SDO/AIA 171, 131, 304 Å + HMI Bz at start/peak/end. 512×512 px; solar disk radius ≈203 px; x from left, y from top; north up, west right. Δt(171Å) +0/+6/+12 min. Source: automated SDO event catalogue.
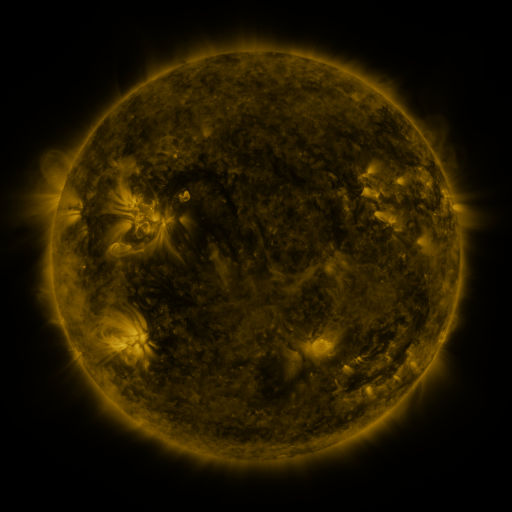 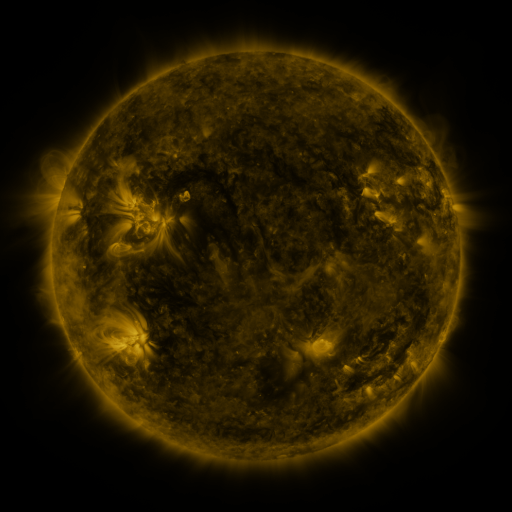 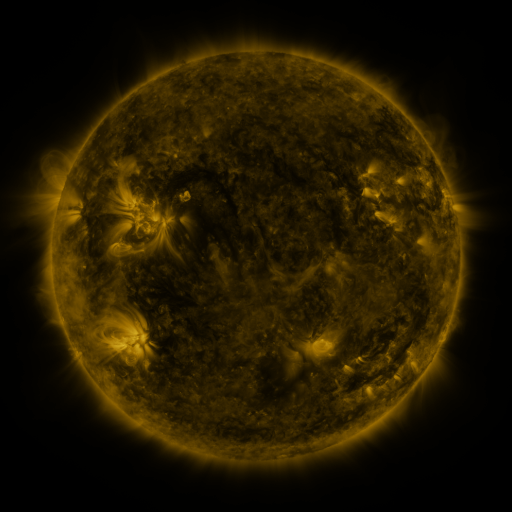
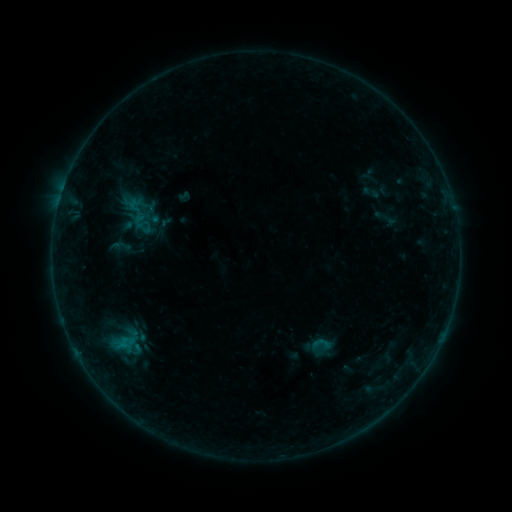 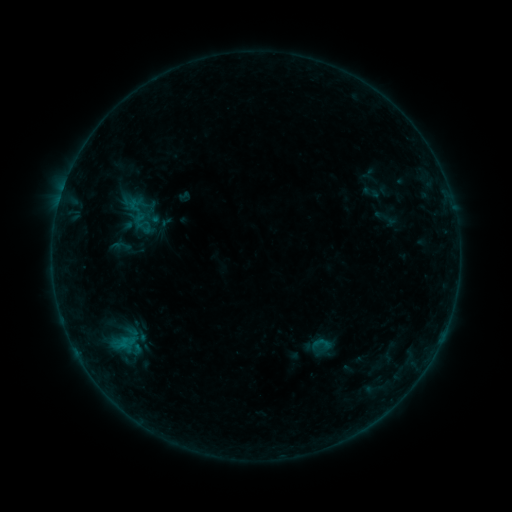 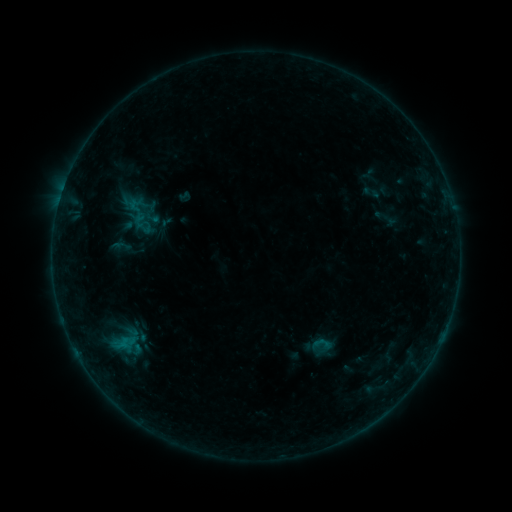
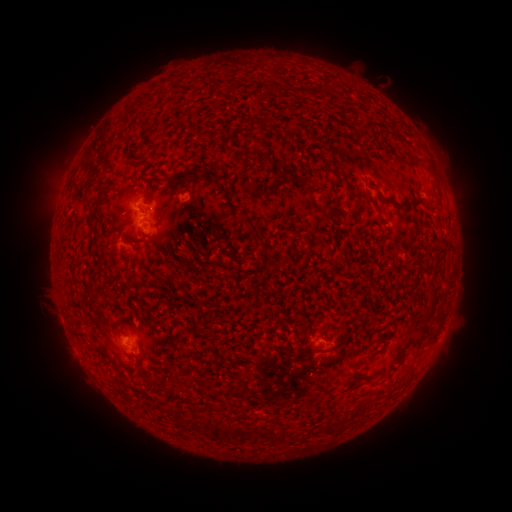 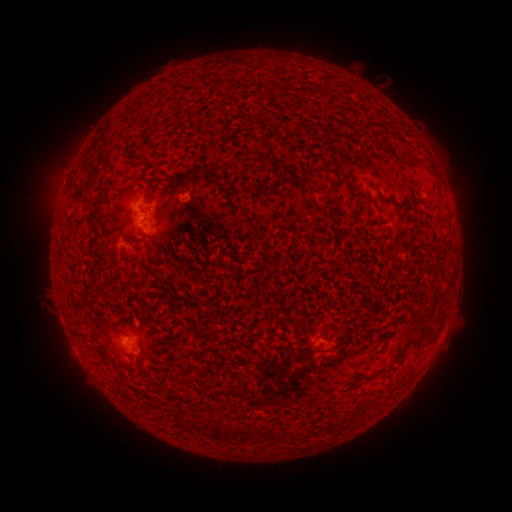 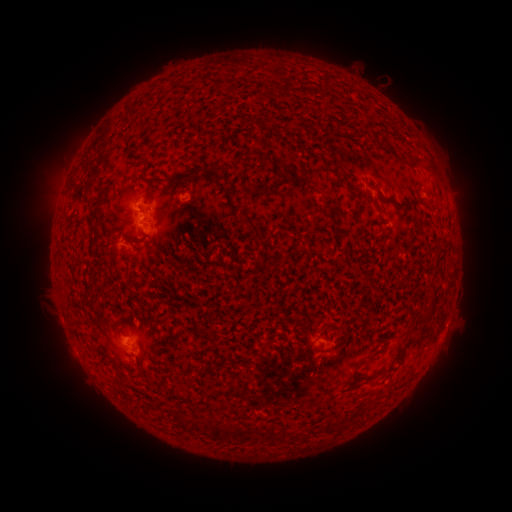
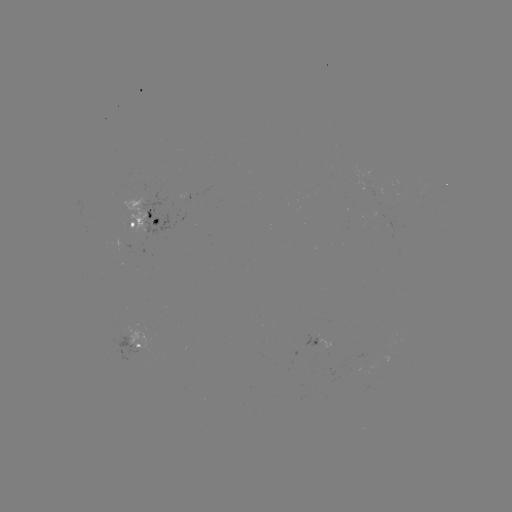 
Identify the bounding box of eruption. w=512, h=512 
[32, 147, 89, 202].